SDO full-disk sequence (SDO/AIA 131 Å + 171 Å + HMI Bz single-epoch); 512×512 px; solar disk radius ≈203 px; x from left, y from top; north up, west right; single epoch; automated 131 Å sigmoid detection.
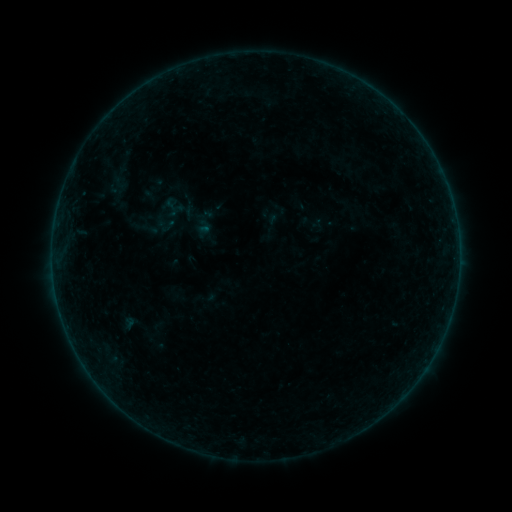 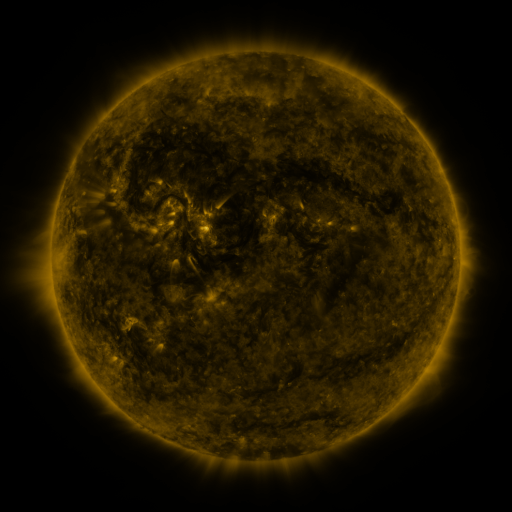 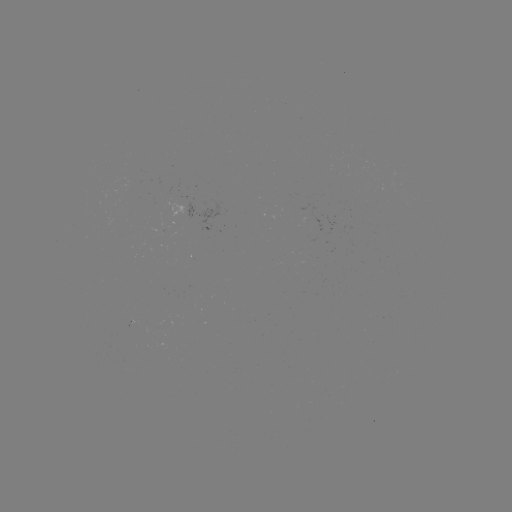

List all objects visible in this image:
sigmoid: (119, 181)
sigmoid: (171, 203)
